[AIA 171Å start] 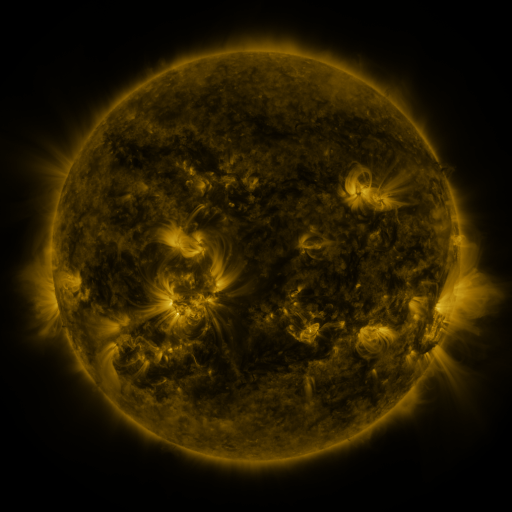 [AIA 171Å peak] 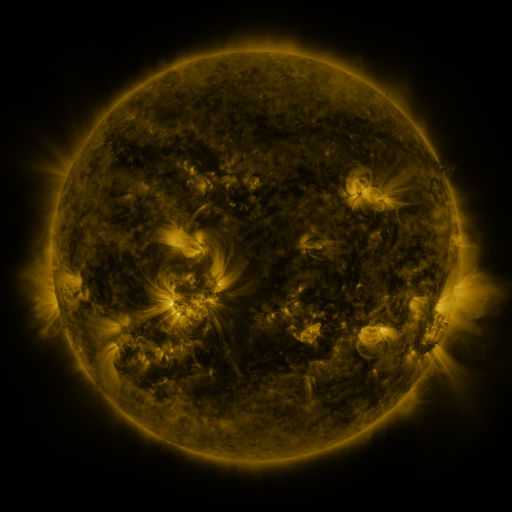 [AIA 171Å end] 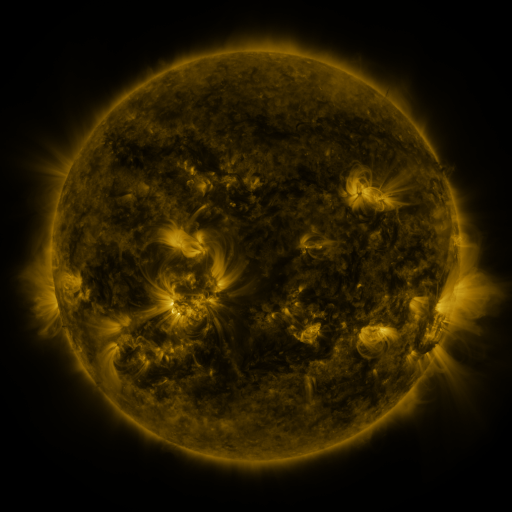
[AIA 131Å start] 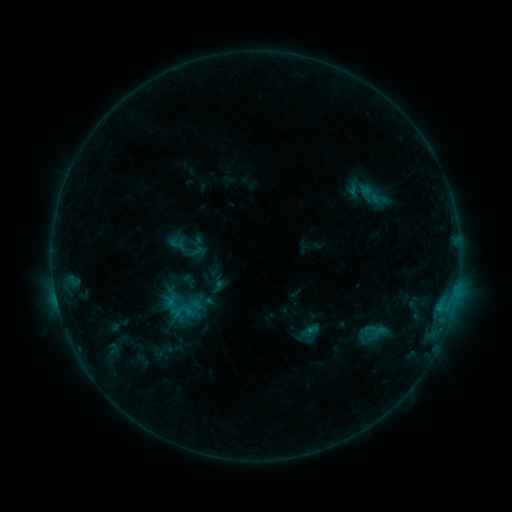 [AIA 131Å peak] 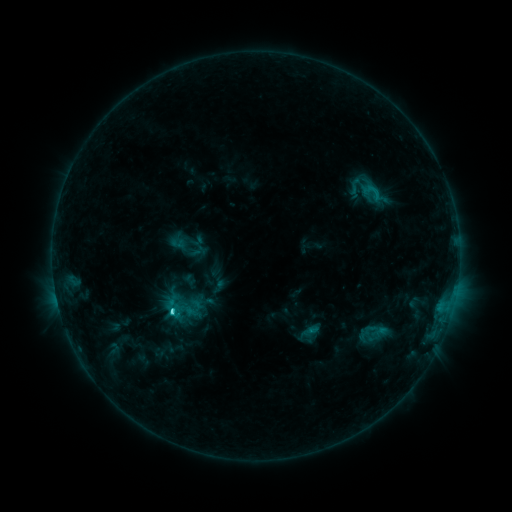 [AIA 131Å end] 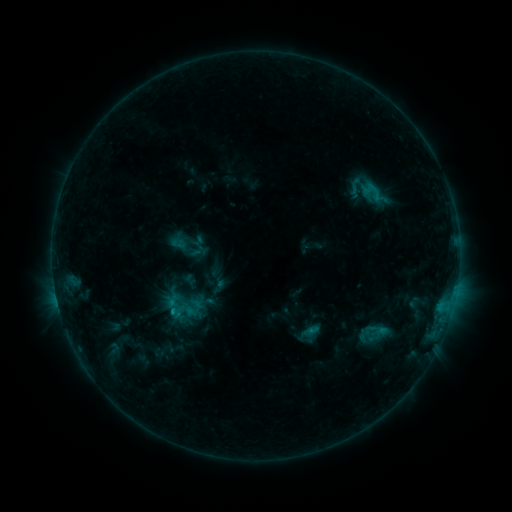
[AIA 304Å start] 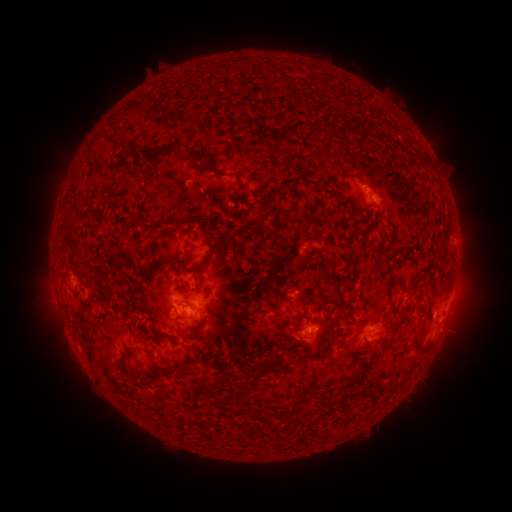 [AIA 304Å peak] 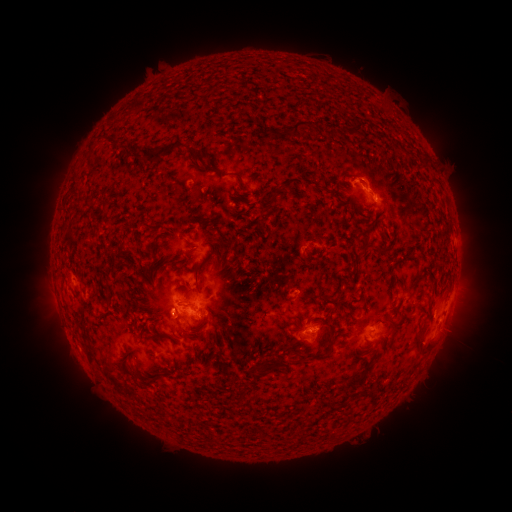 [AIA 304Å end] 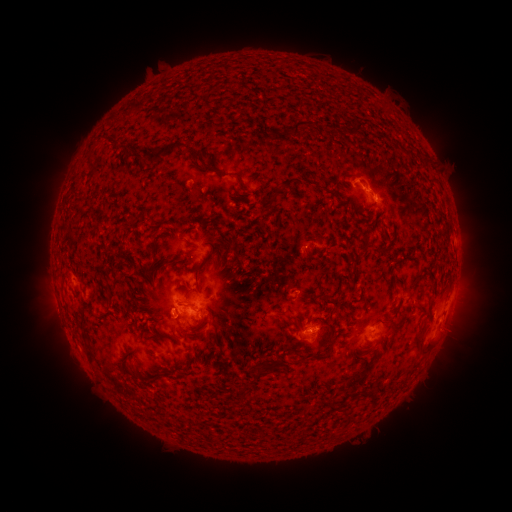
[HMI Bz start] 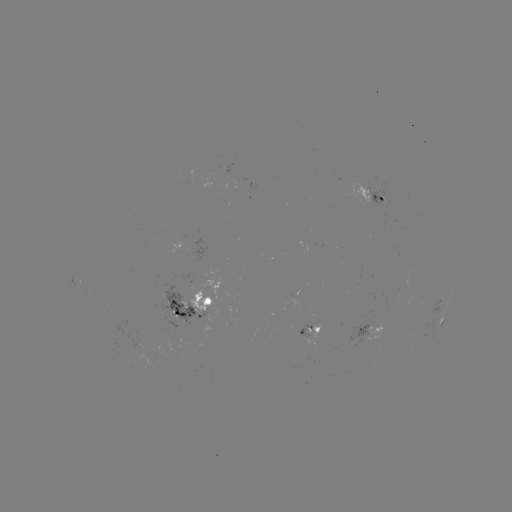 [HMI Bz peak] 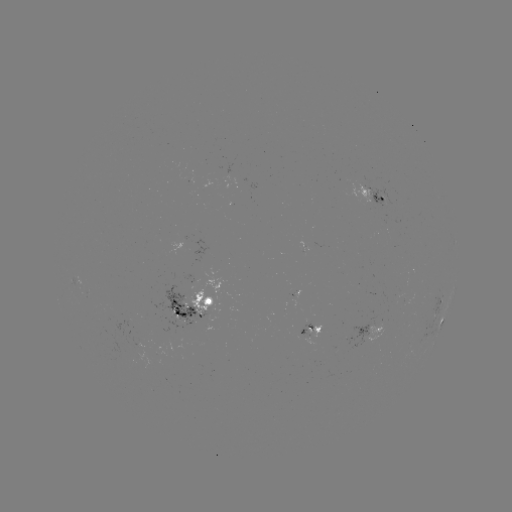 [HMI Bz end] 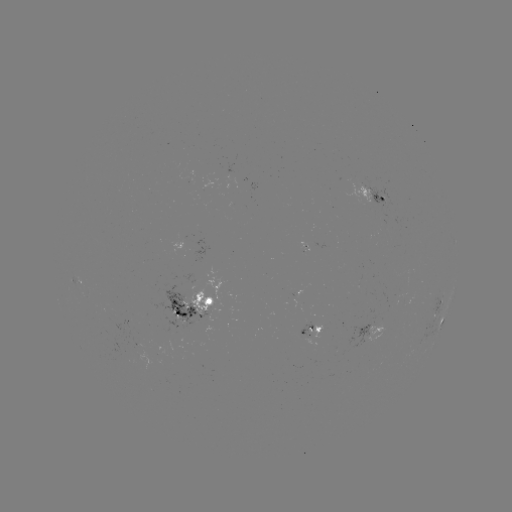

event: flare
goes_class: C2.1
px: (174, 310)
